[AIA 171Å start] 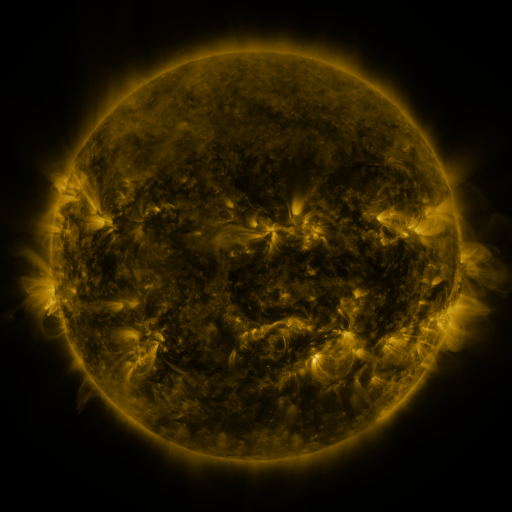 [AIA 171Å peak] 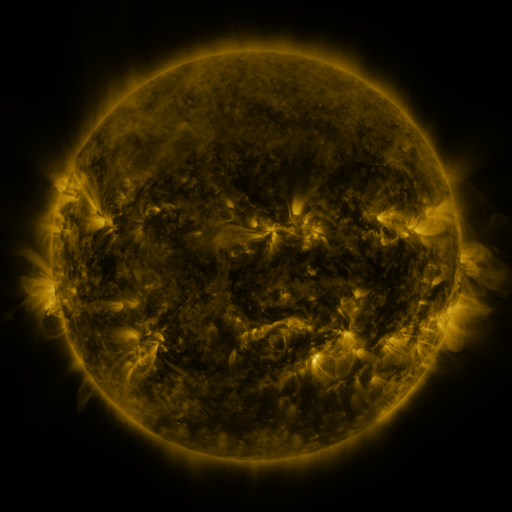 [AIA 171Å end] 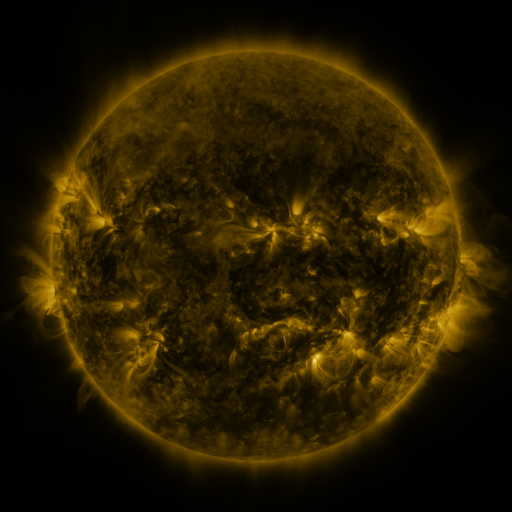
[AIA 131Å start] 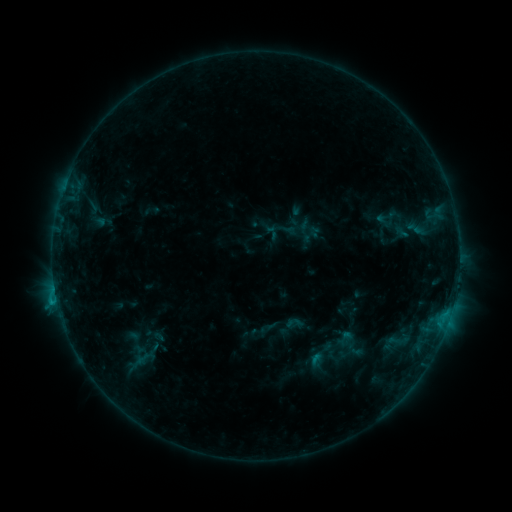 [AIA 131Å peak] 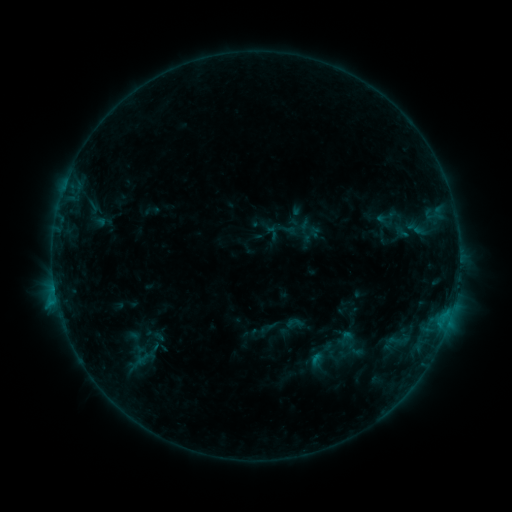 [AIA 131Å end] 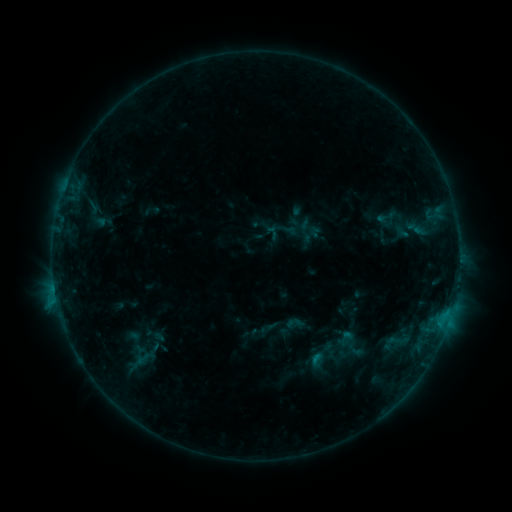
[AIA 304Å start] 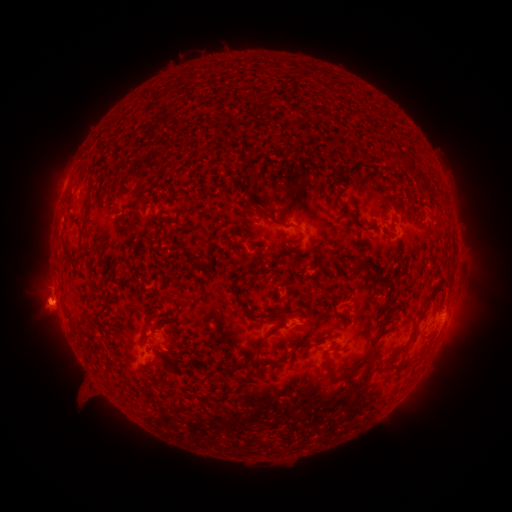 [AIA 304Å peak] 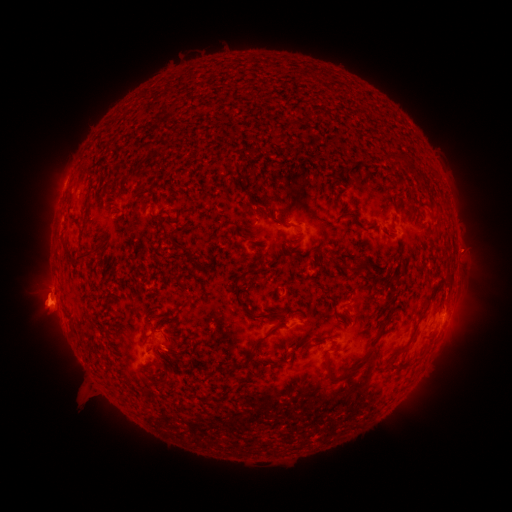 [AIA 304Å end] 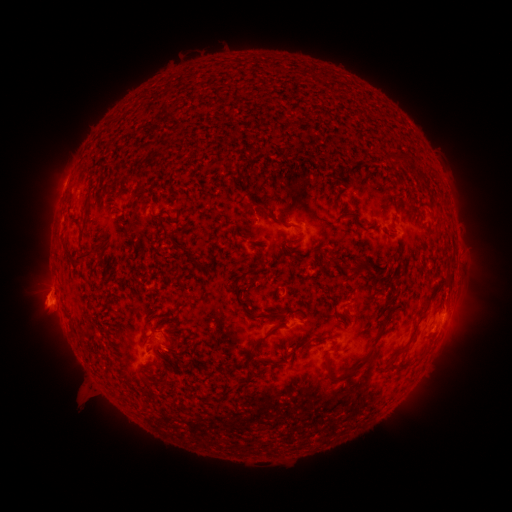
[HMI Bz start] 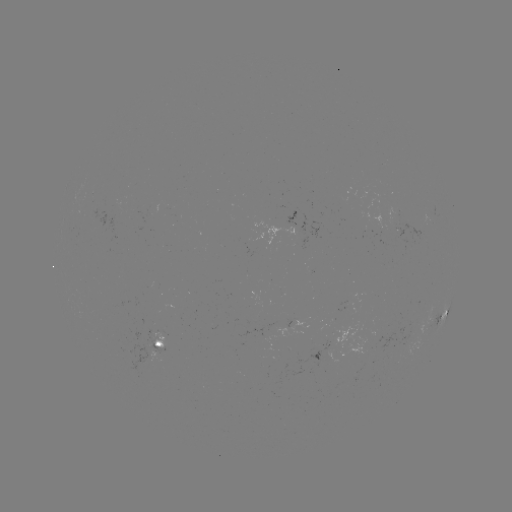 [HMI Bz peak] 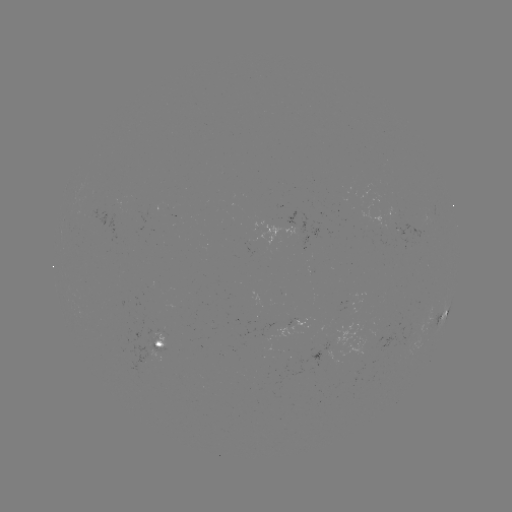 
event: eruption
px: (467, 251)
